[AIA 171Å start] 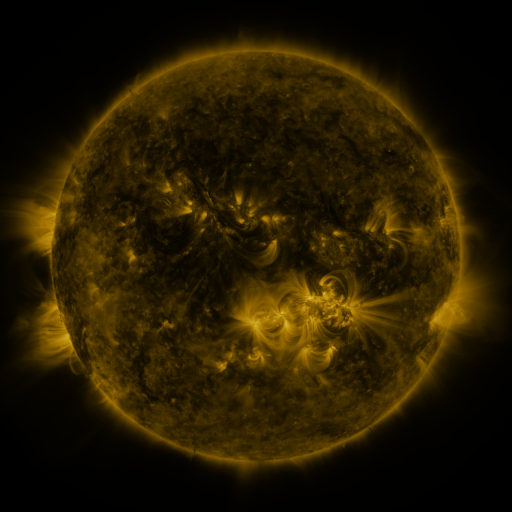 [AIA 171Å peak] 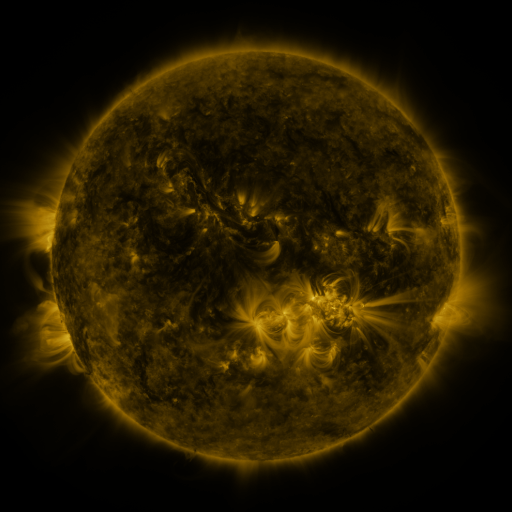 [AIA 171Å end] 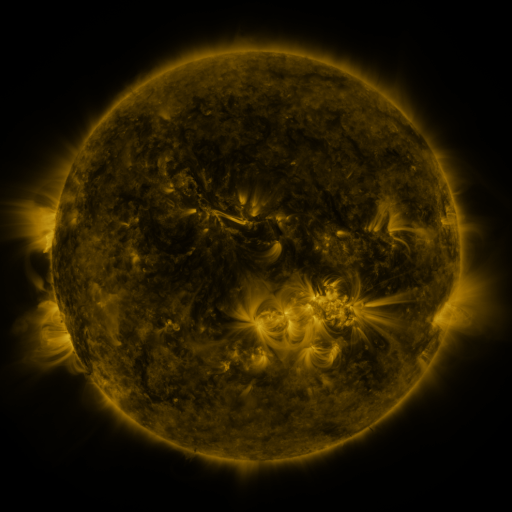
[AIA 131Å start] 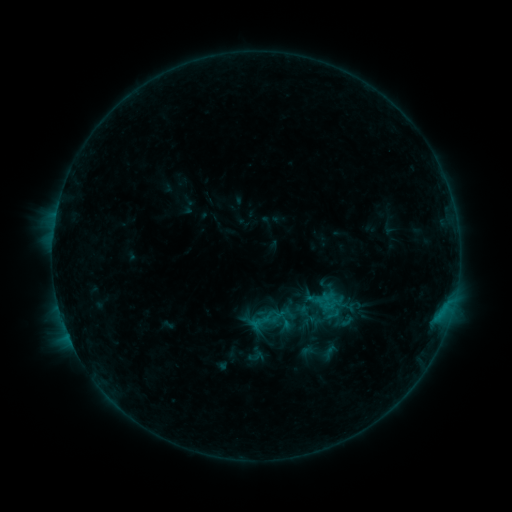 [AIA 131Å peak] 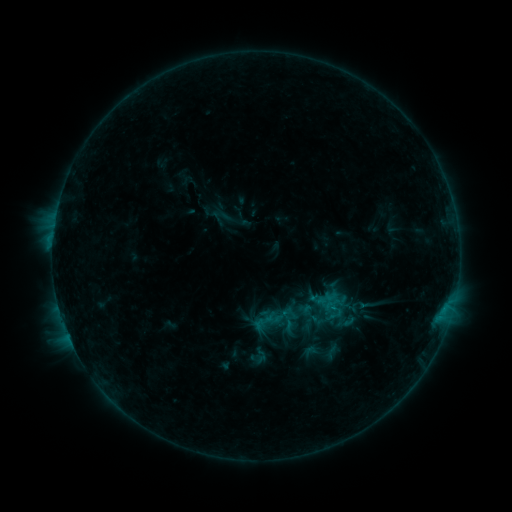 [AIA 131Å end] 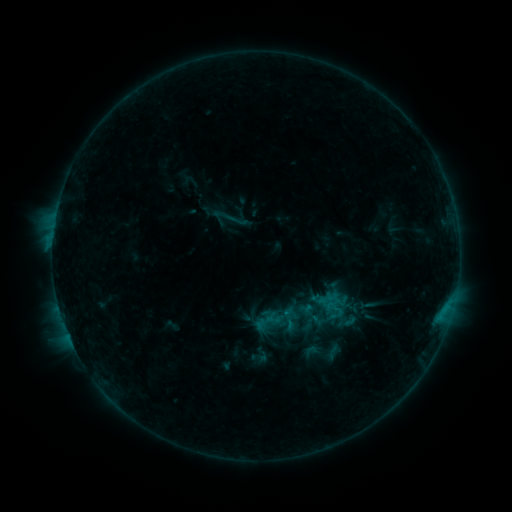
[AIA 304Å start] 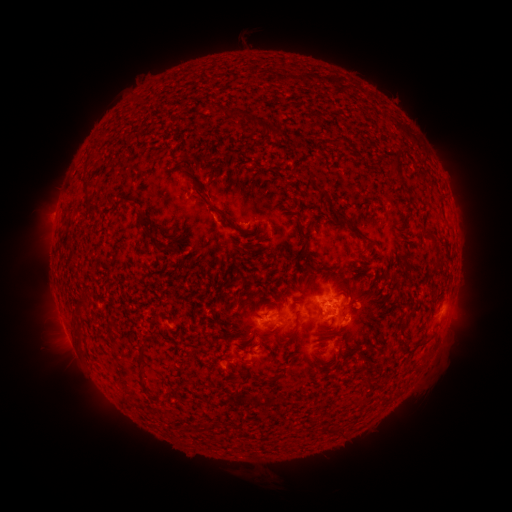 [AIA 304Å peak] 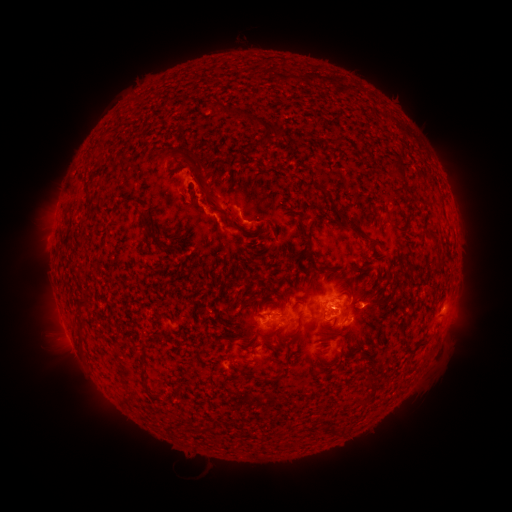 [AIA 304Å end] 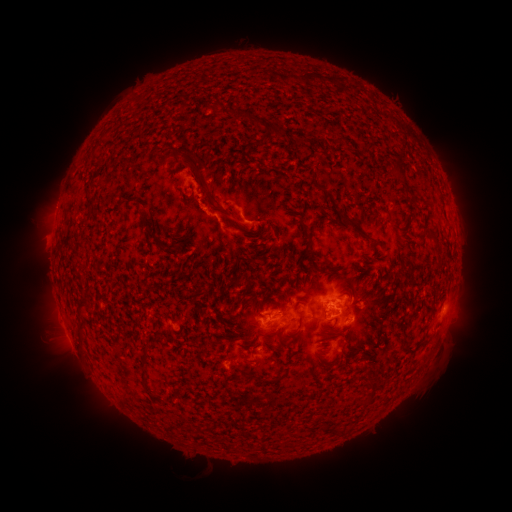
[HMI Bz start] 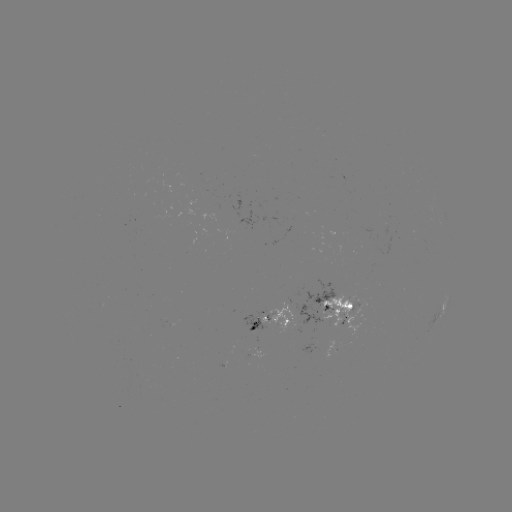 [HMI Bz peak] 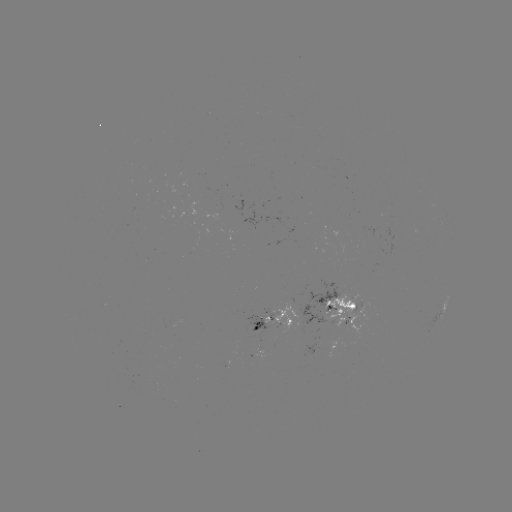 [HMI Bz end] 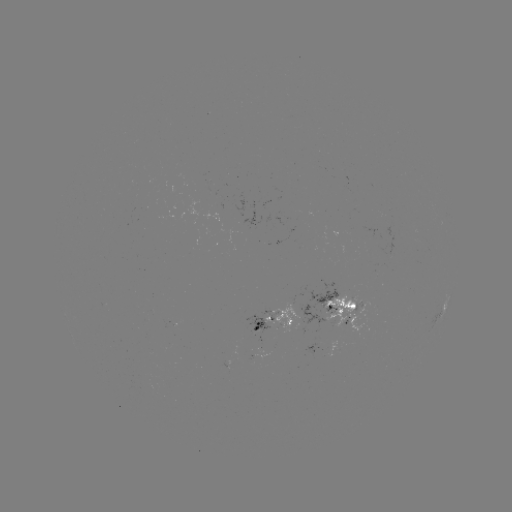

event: flare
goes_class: B7.6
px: (53, 242)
